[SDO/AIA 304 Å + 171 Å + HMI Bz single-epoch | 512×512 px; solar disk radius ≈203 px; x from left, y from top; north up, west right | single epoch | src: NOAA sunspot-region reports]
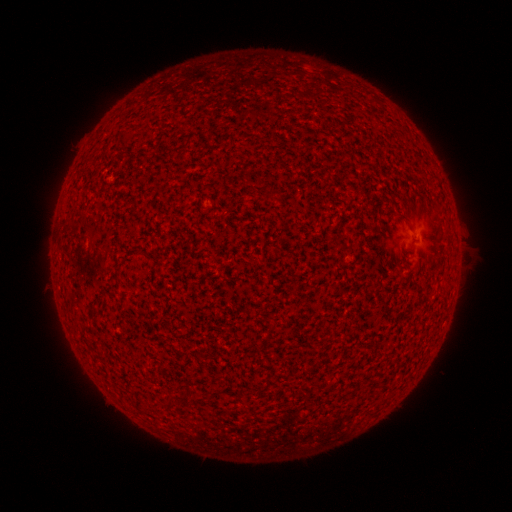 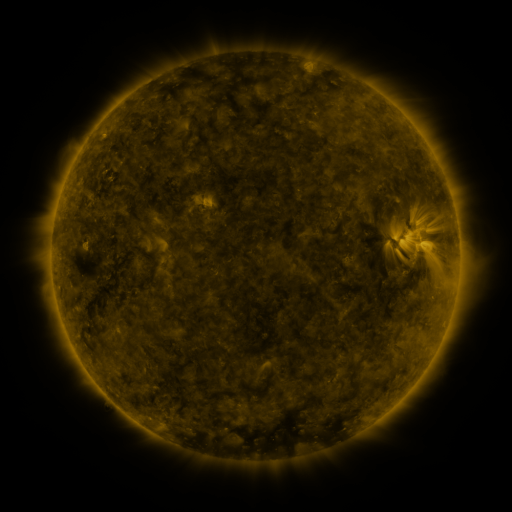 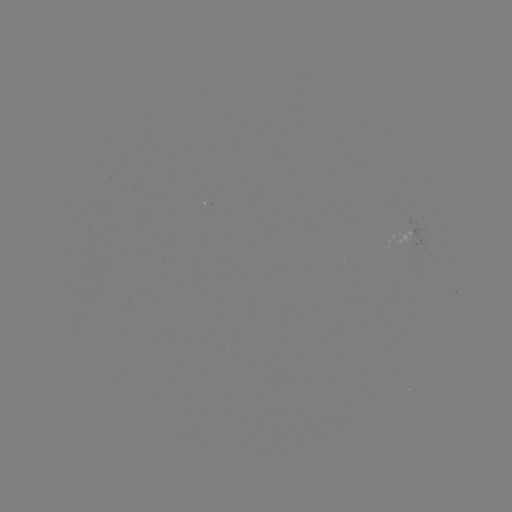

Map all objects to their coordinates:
(none)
